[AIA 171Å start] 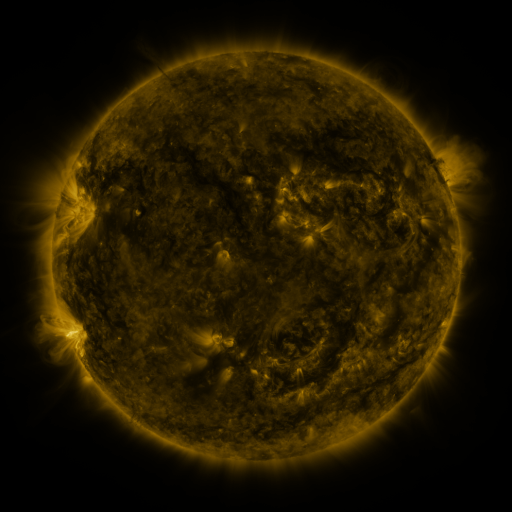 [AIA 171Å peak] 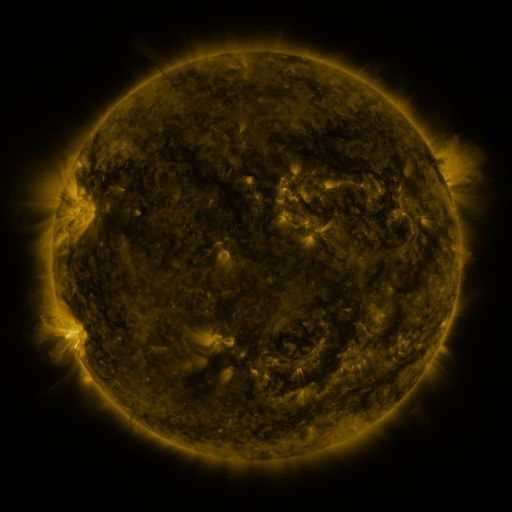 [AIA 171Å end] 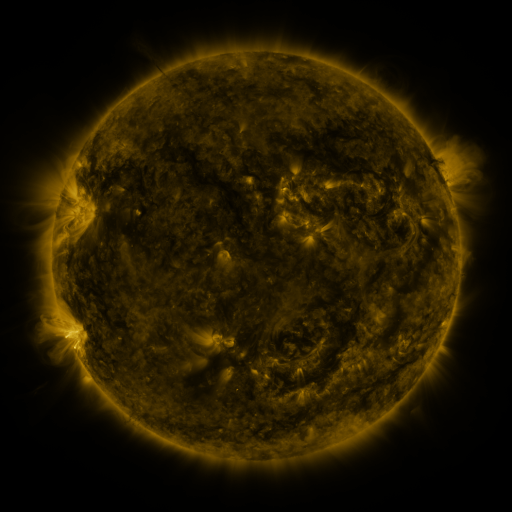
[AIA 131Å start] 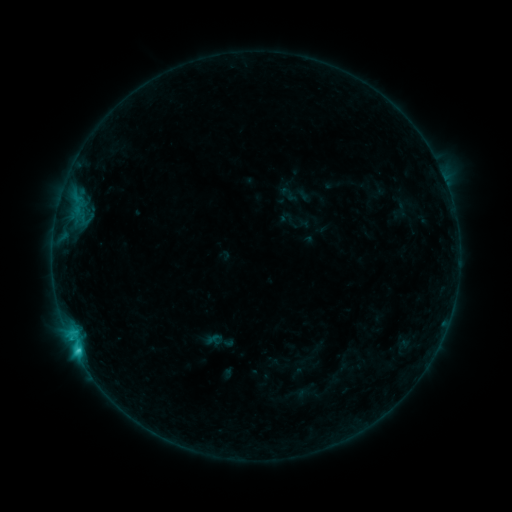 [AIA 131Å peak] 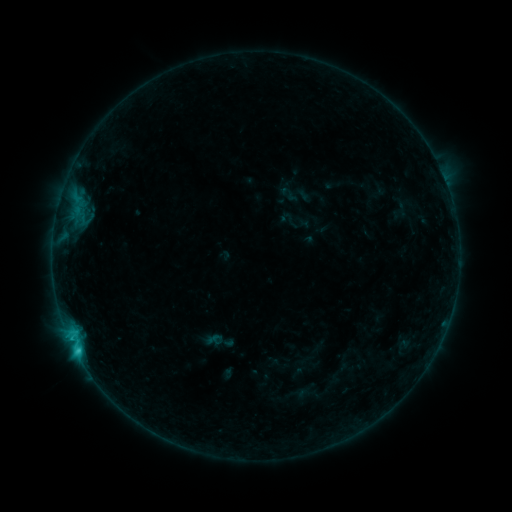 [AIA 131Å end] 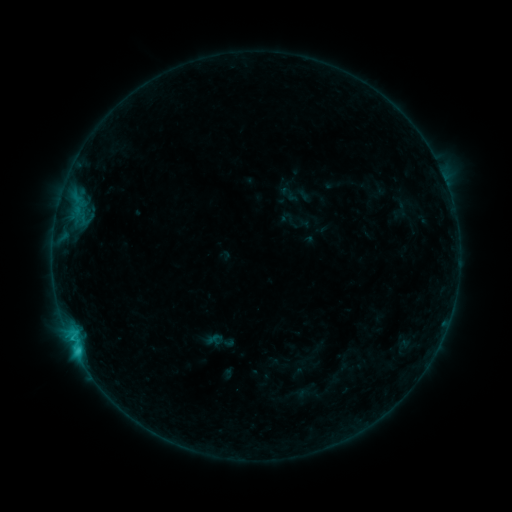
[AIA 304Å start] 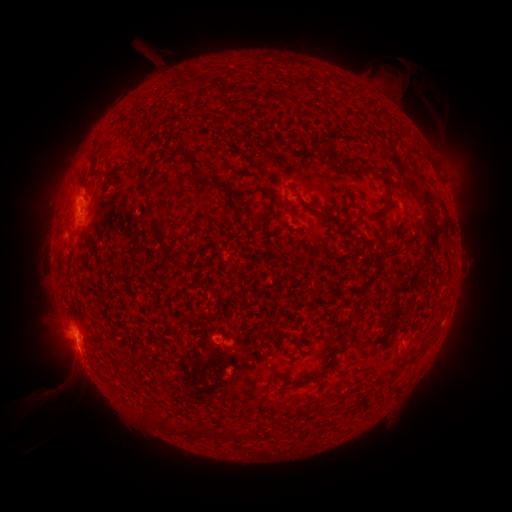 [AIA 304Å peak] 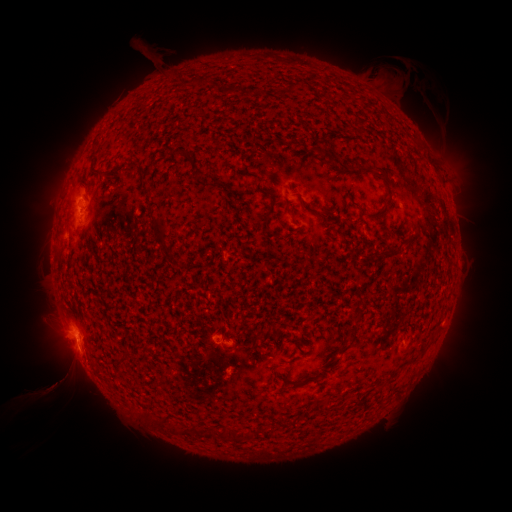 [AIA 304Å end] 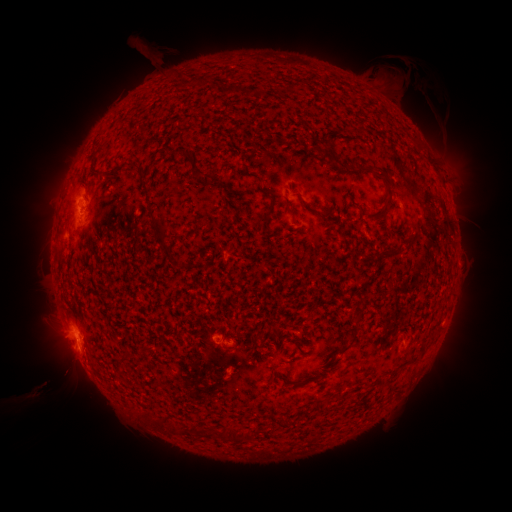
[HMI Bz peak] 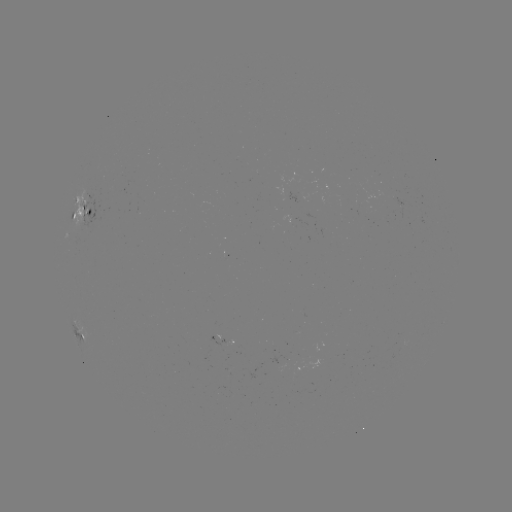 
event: eruption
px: (59, 381)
